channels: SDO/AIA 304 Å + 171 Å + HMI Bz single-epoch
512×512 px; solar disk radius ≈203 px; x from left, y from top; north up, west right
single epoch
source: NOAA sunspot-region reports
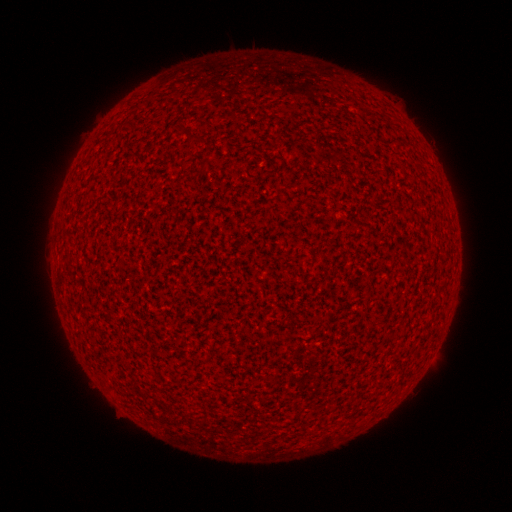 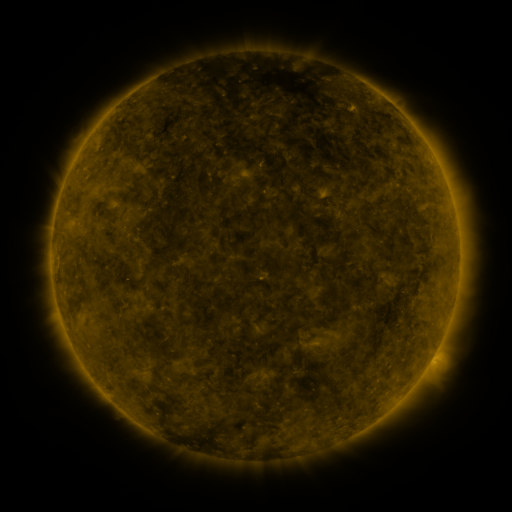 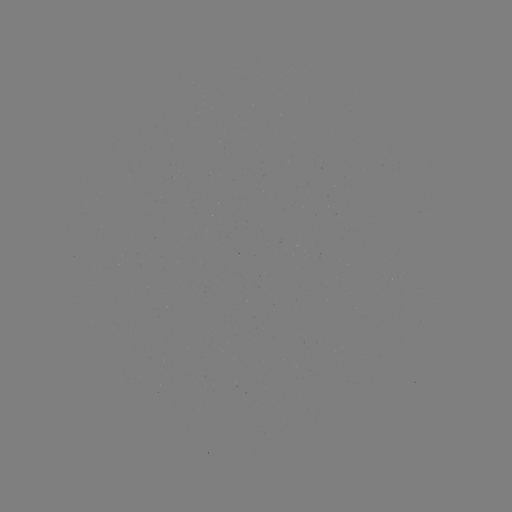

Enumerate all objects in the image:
(none)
